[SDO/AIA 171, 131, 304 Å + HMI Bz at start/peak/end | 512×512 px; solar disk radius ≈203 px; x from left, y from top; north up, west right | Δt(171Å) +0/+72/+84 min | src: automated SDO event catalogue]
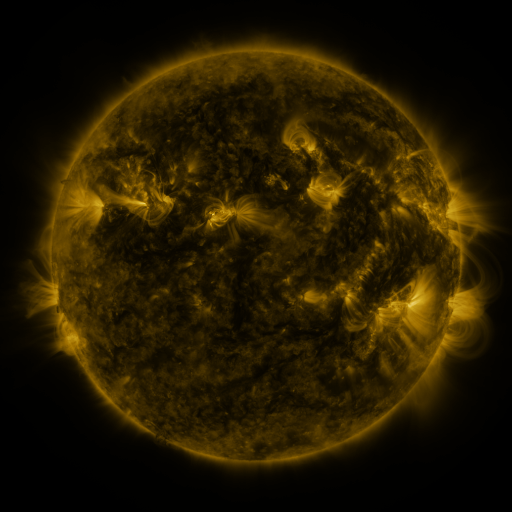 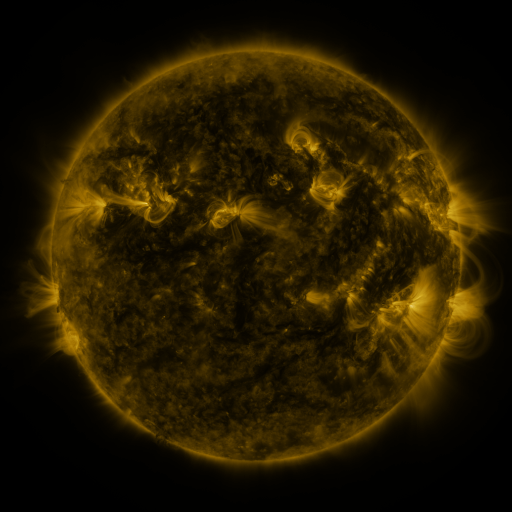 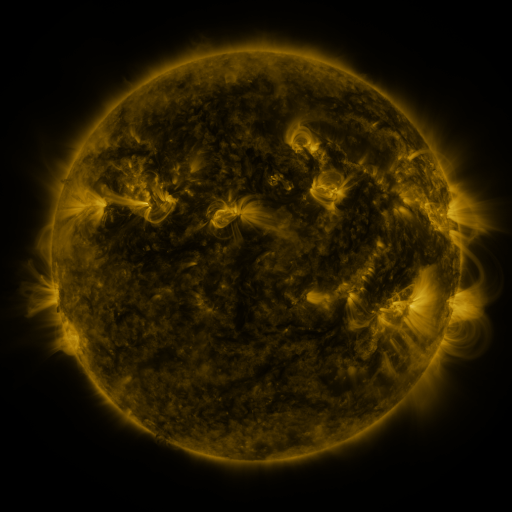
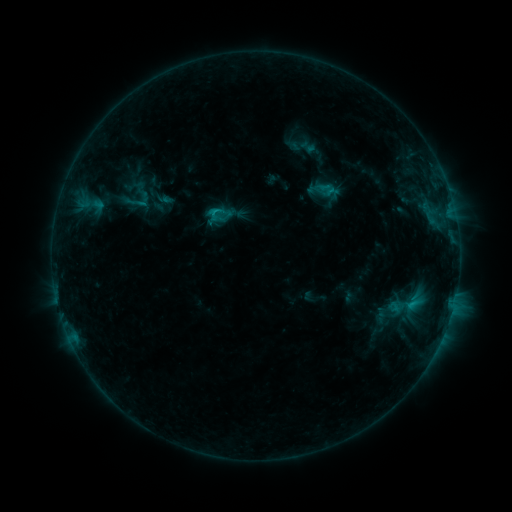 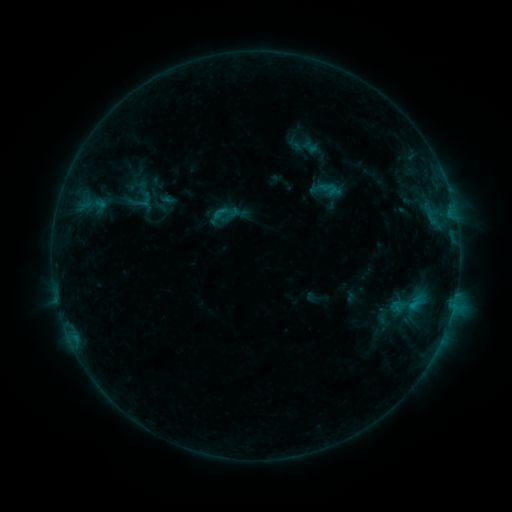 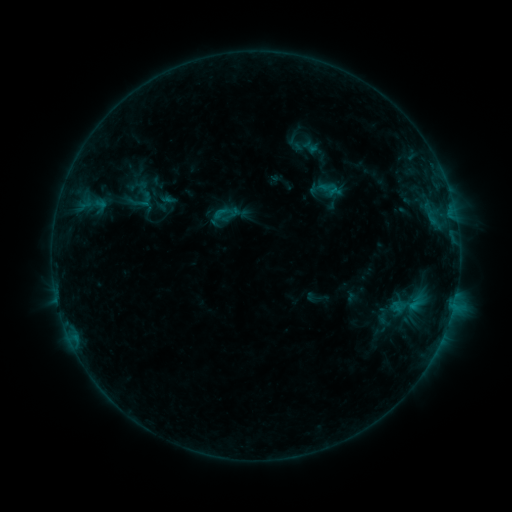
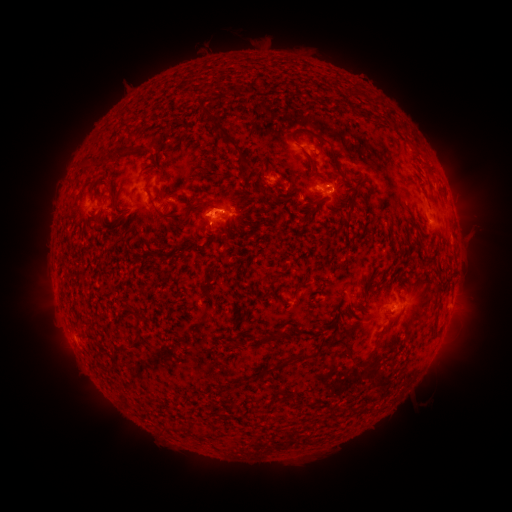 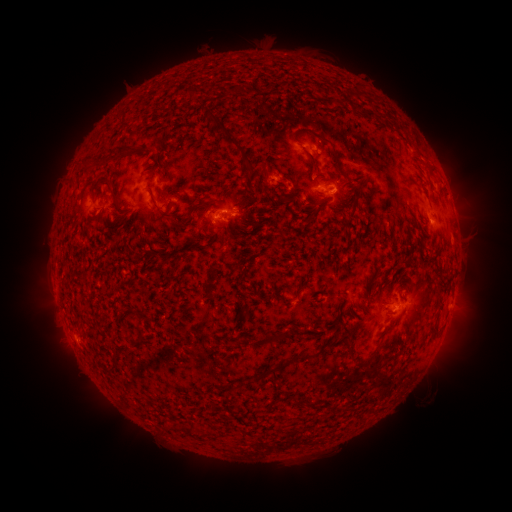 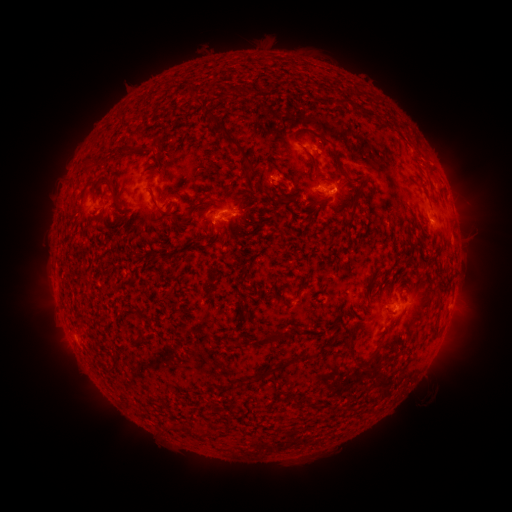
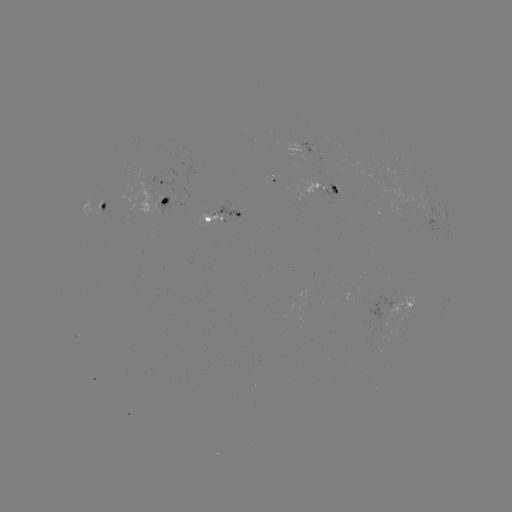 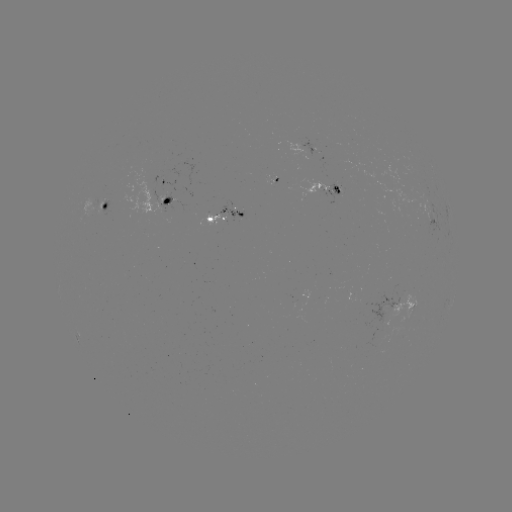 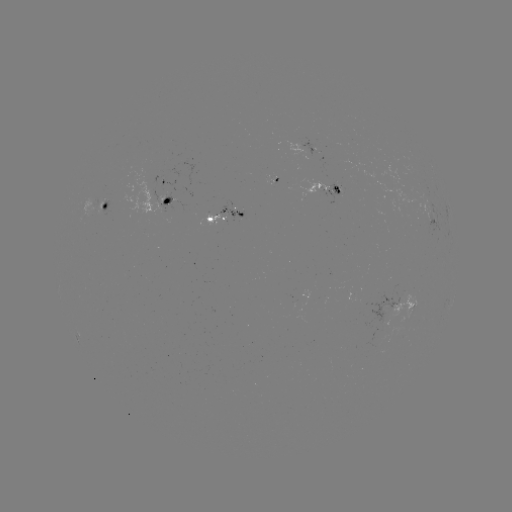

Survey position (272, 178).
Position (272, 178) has emerging-flux region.